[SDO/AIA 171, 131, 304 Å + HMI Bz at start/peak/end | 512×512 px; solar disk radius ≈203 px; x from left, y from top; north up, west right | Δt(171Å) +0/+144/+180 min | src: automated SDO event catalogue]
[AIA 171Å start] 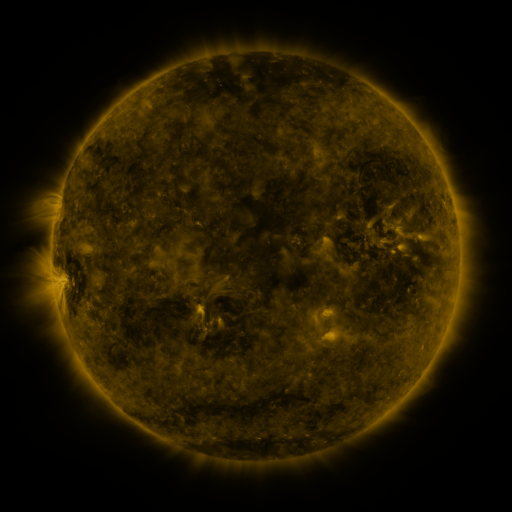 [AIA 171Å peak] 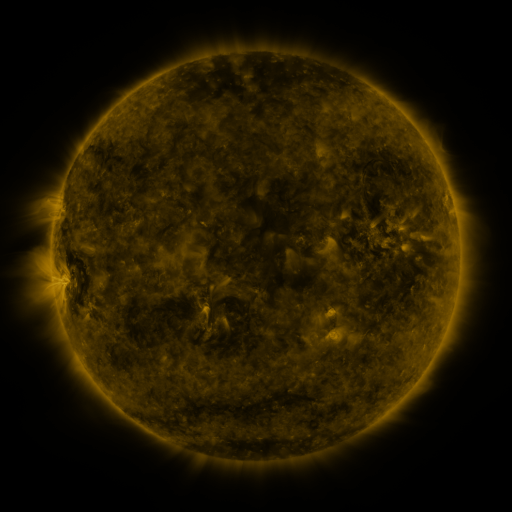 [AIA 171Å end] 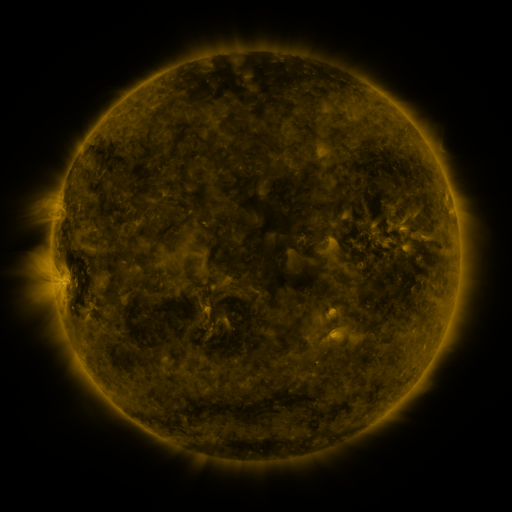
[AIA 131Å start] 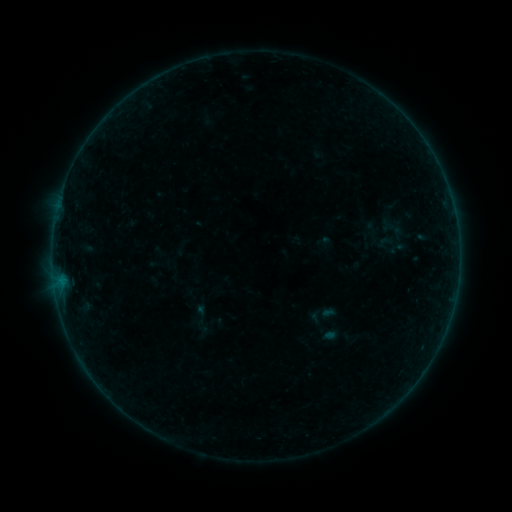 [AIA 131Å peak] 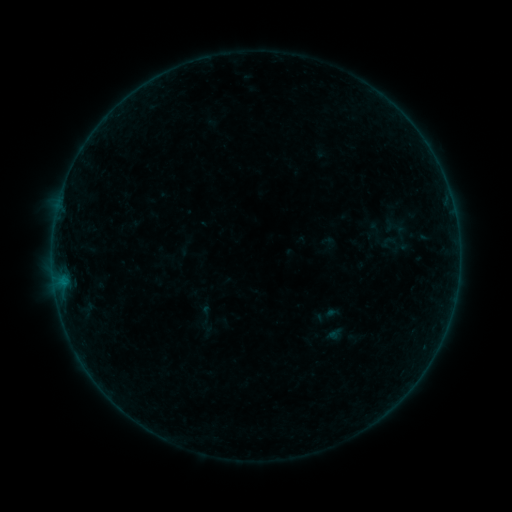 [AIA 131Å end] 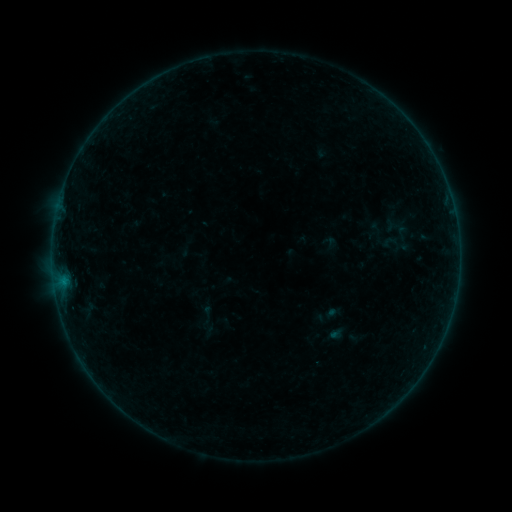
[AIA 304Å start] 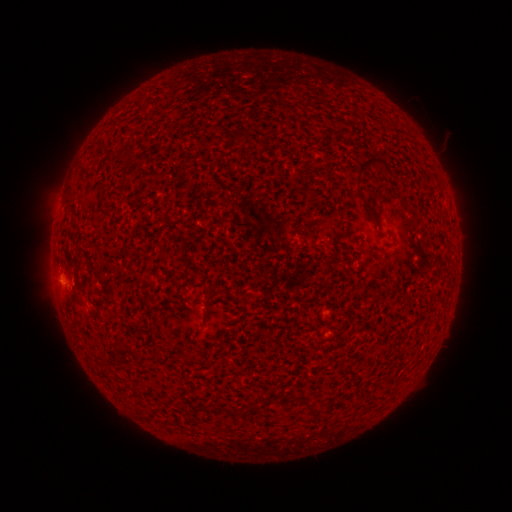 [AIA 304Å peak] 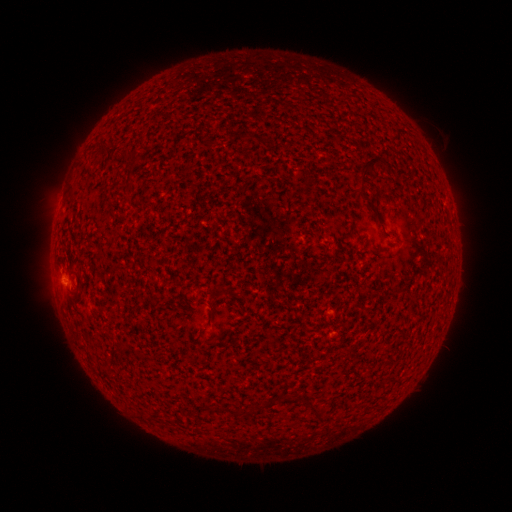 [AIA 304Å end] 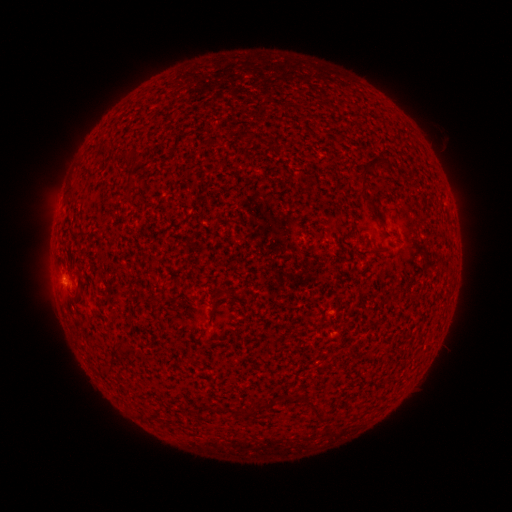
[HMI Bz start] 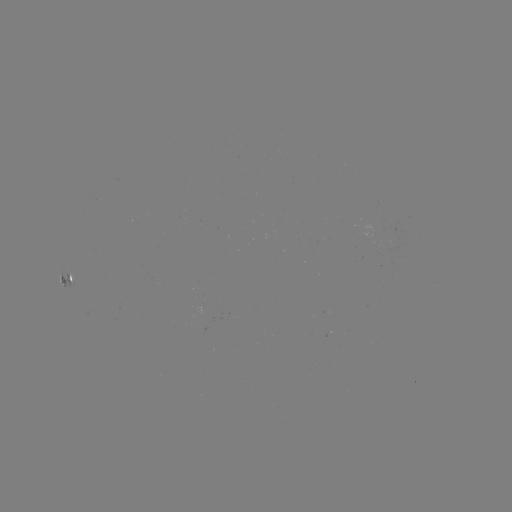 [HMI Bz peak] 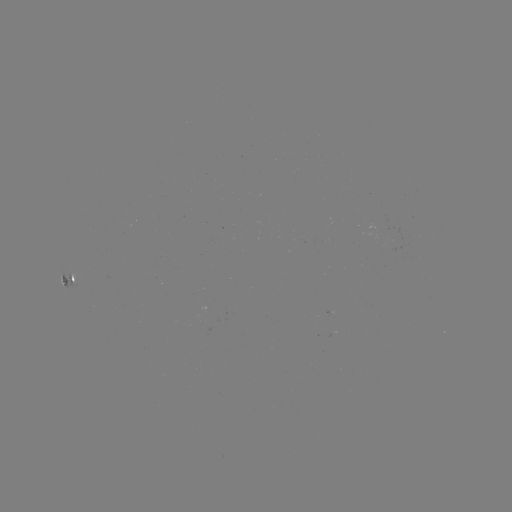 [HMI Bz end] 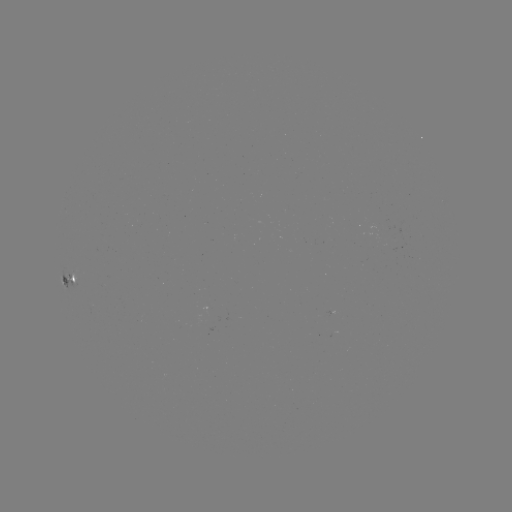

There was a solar emerging-flux region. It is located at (375, 227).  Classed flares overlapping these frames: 1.